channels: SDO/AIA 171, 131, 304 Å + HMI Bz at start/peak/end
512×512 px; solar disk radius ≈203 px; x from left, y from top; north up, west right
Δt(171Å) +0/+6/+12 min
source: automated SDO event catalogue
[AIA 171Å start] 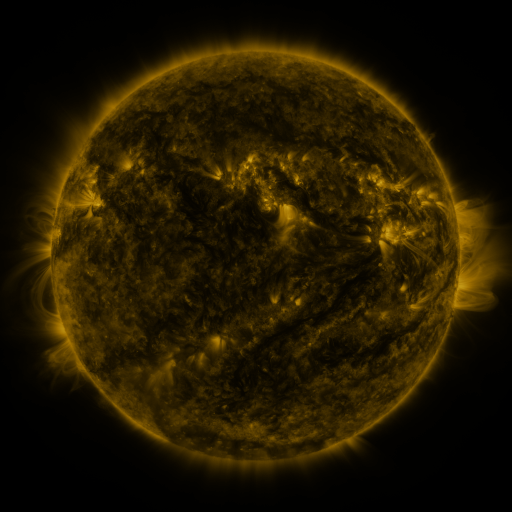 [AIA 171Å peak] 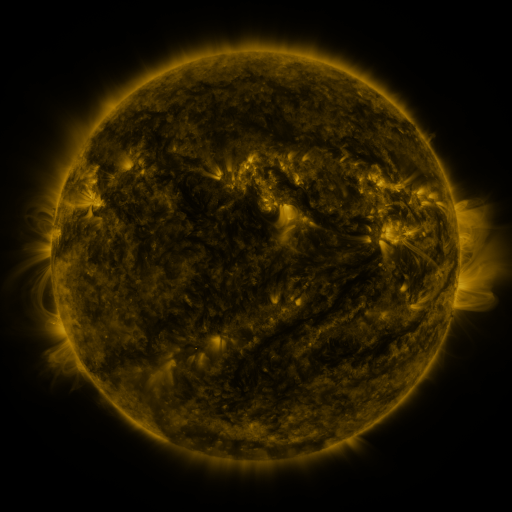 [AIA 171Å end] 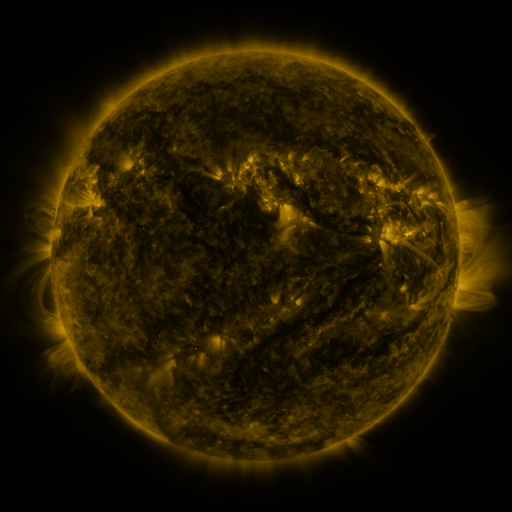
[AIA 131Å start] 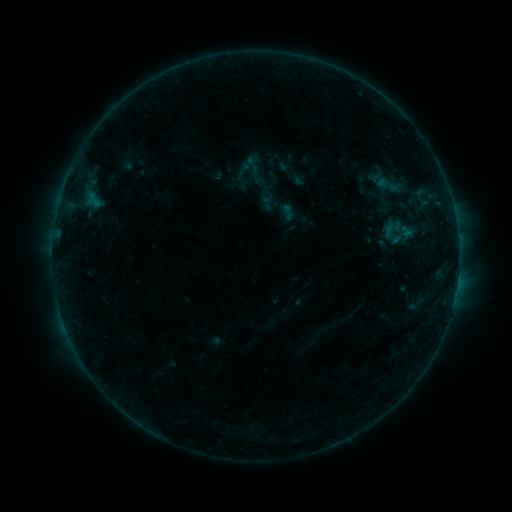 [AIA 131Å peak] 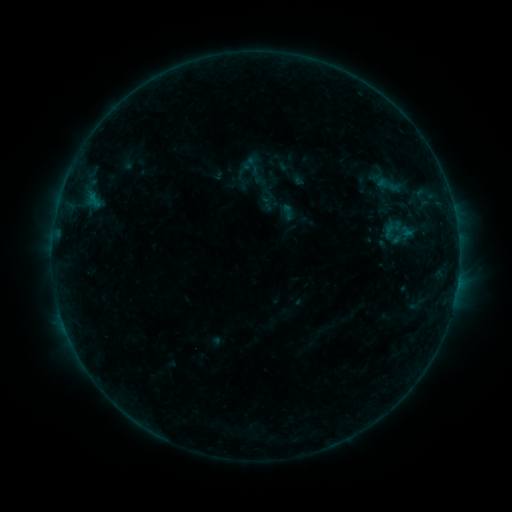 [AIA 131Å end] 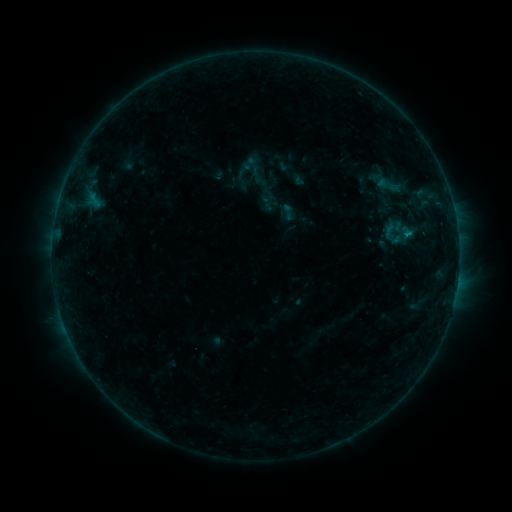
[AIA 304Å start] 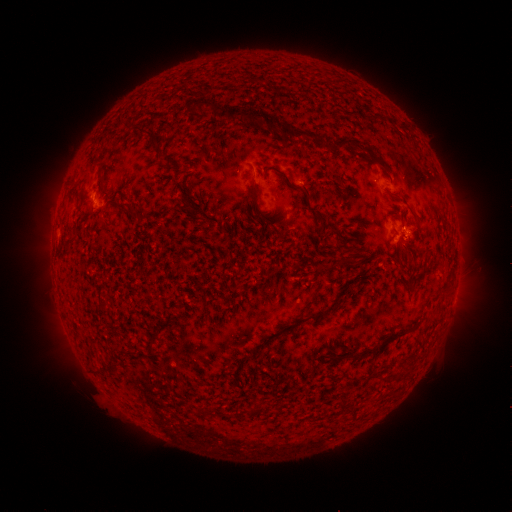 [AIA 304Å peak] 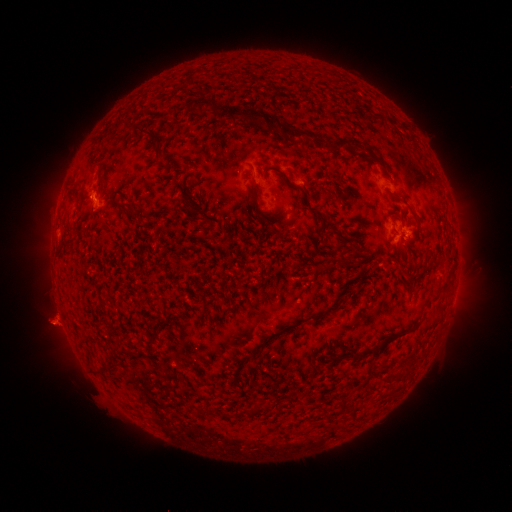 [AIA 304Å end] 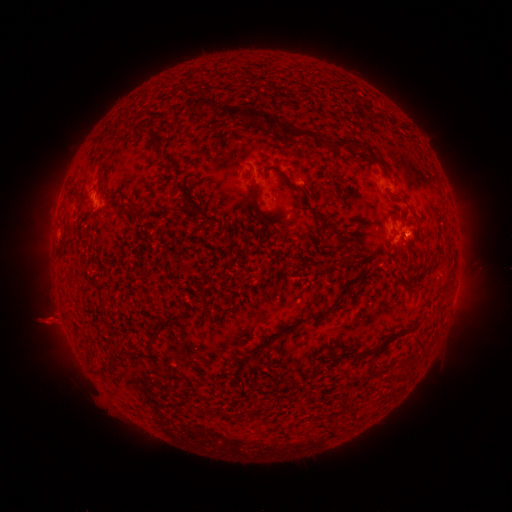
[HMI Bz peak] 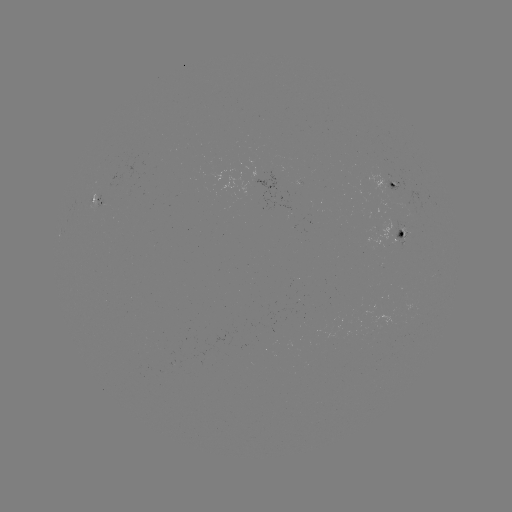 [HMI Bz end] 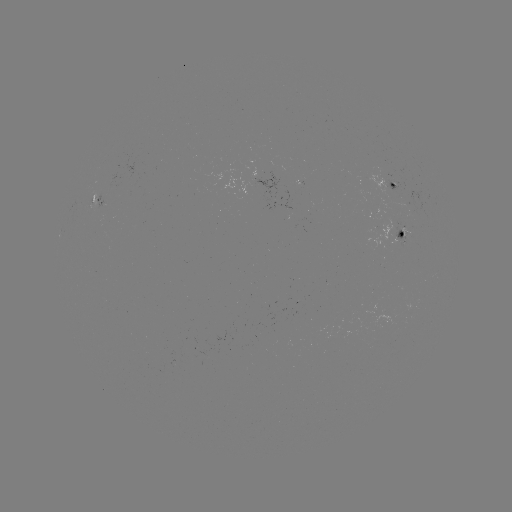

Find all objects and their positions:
eruption: (54, 323)
